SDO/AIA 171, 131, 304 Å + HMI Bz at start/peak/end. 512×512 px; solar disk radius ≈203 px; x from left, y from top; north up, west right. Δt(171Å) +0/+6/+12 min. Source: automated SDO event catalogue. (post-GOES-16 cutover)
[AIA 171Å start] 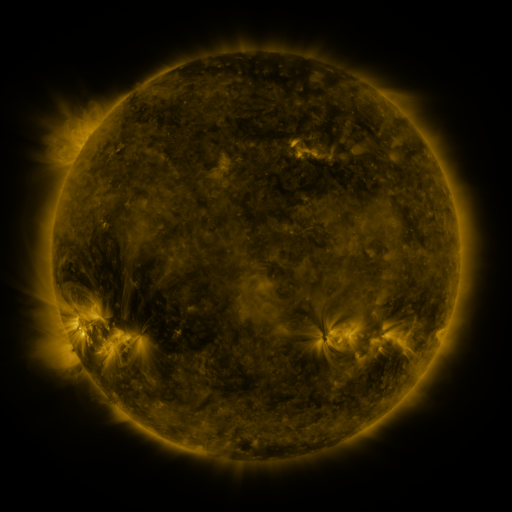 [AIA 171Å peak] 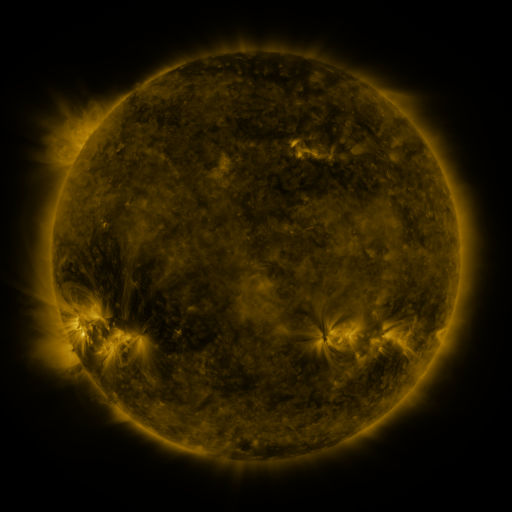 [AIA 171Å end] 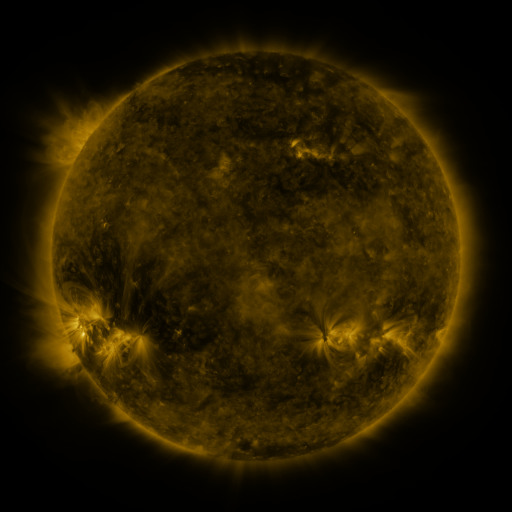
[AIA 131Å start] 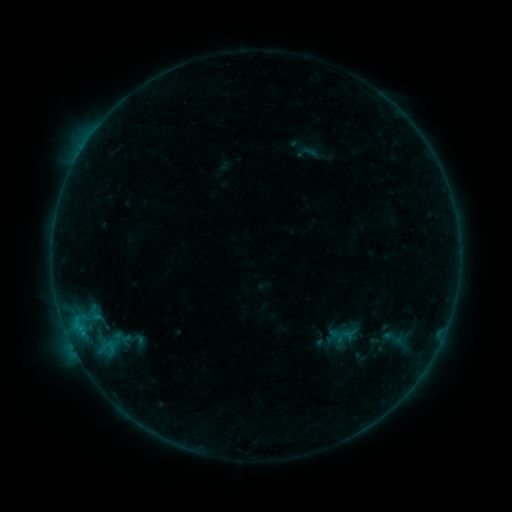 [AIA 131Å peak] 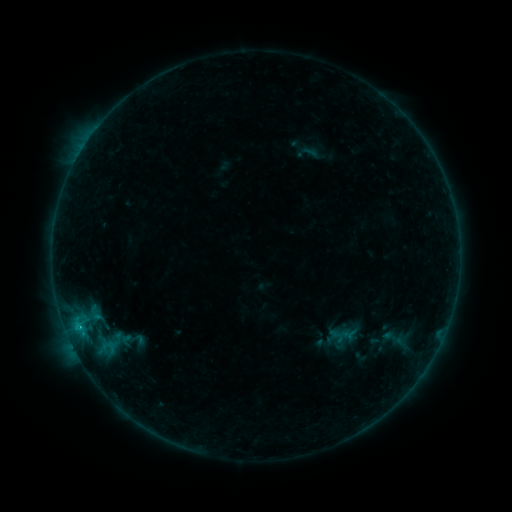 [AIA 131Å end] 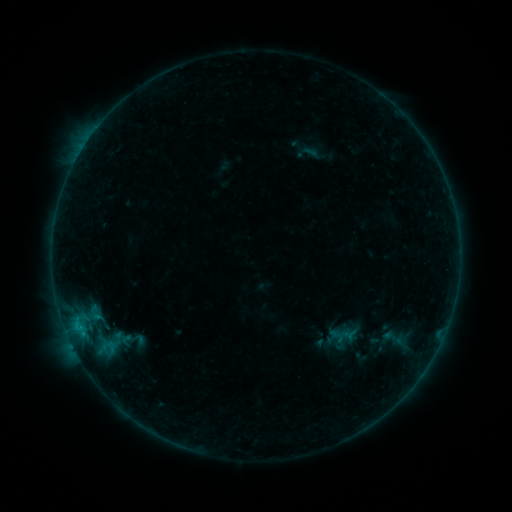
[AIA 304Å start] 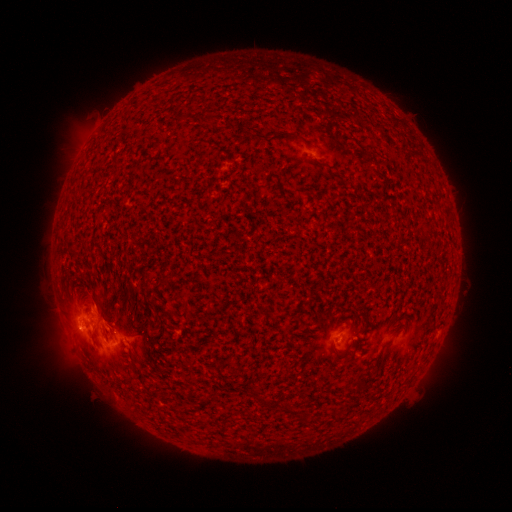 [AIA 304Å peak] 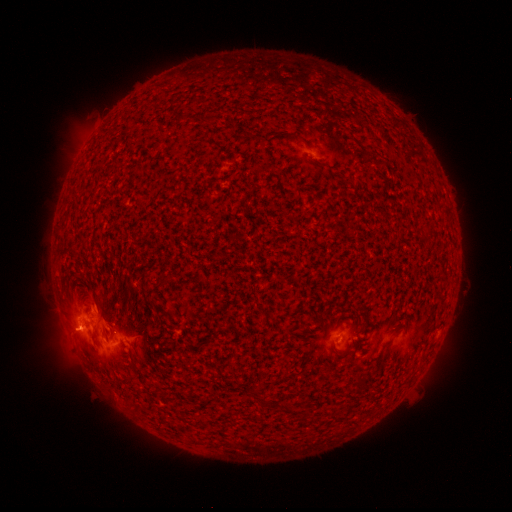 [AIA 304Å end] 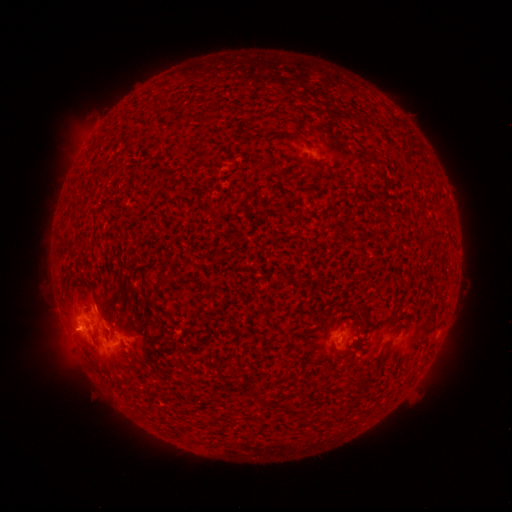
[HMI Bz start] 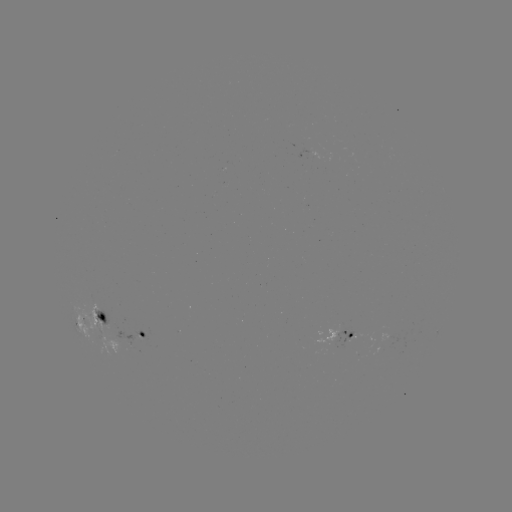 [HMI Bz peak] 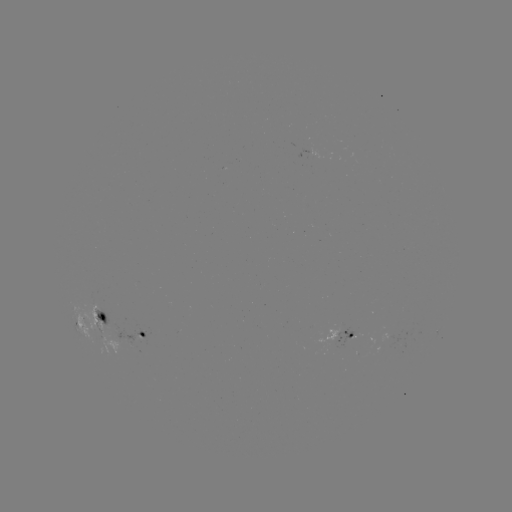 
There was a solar flare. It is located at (79, 327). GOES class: B7.2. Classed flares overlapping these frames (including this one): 1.